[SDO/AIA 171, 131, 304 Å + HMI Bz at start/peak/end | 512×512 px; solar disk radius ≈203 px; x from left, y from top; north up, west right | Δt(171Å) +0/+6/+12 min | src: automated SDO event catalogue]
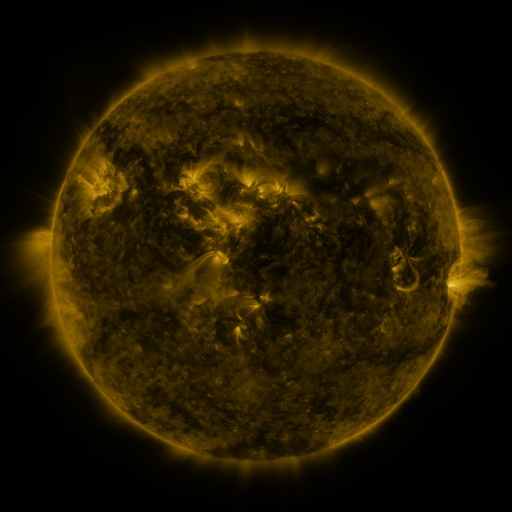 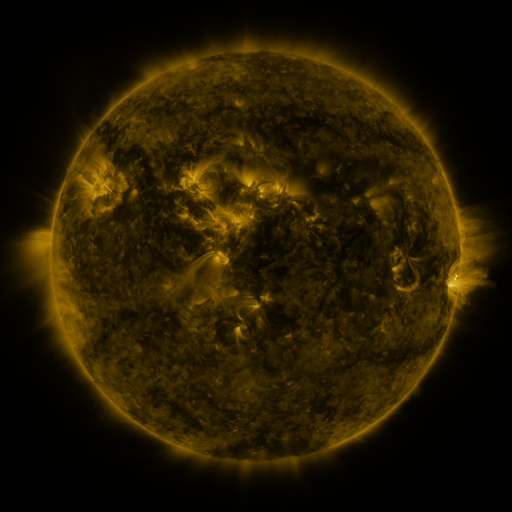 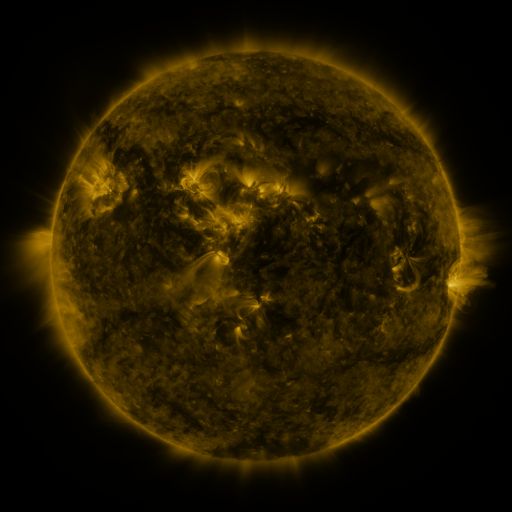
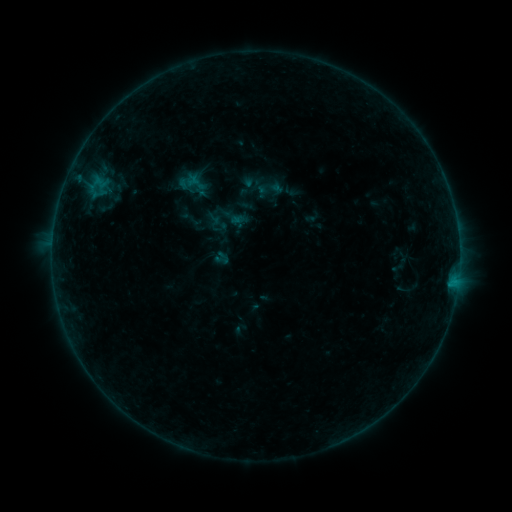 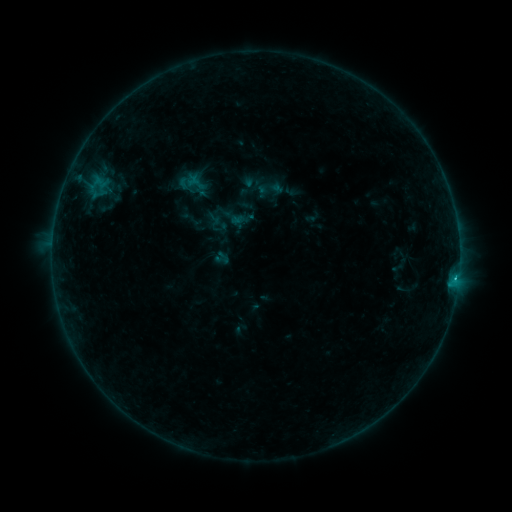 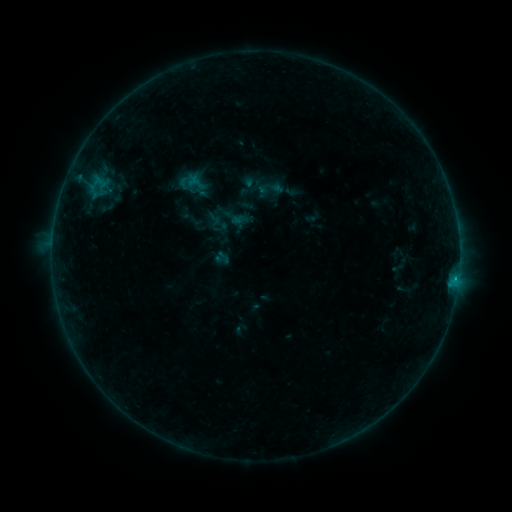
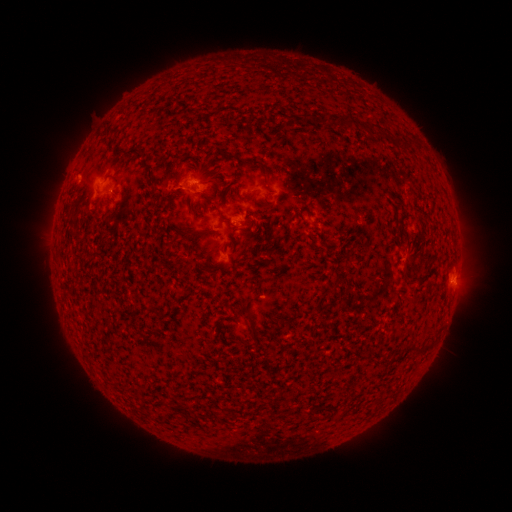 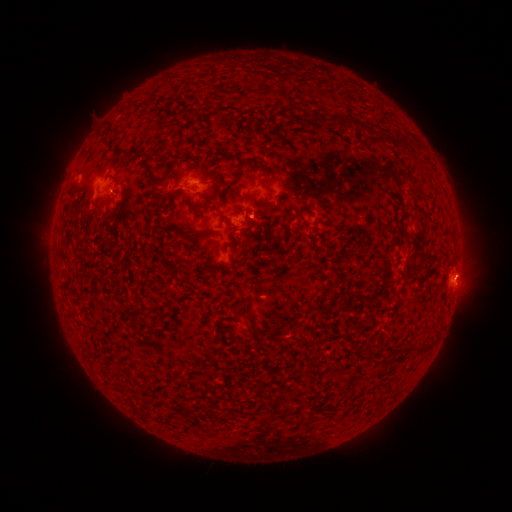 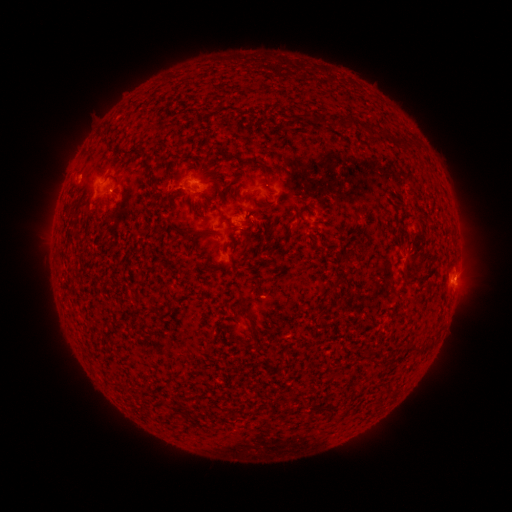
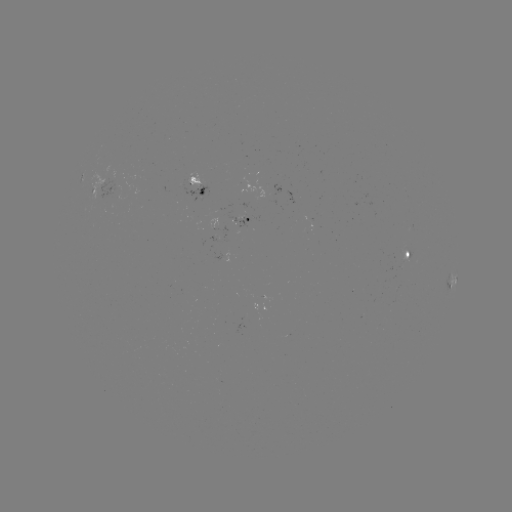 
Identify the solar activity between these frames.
B6.7 flare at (455, 278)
